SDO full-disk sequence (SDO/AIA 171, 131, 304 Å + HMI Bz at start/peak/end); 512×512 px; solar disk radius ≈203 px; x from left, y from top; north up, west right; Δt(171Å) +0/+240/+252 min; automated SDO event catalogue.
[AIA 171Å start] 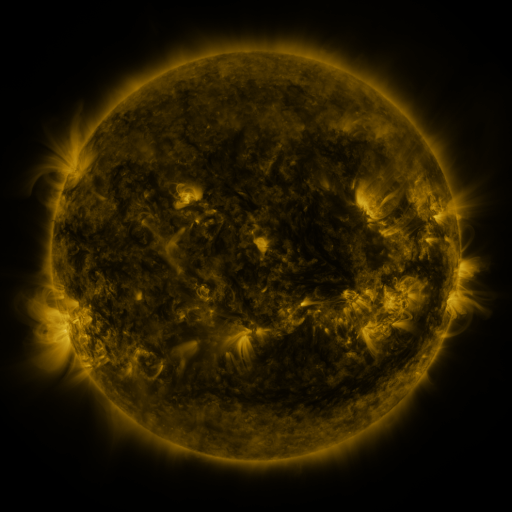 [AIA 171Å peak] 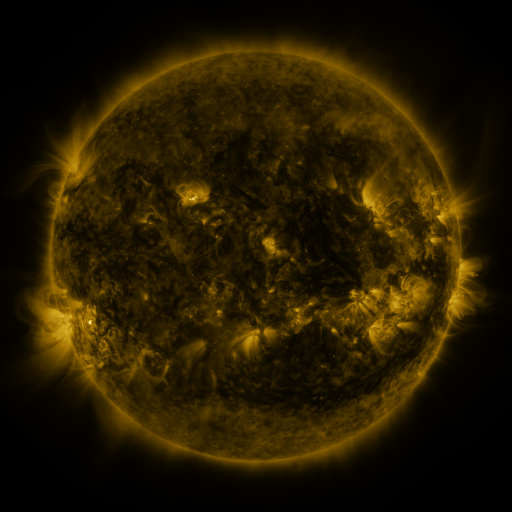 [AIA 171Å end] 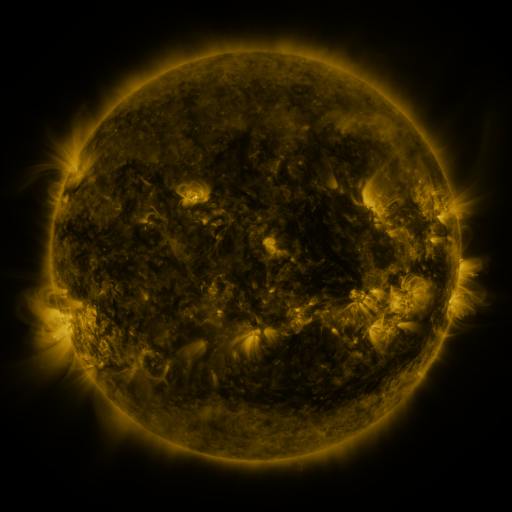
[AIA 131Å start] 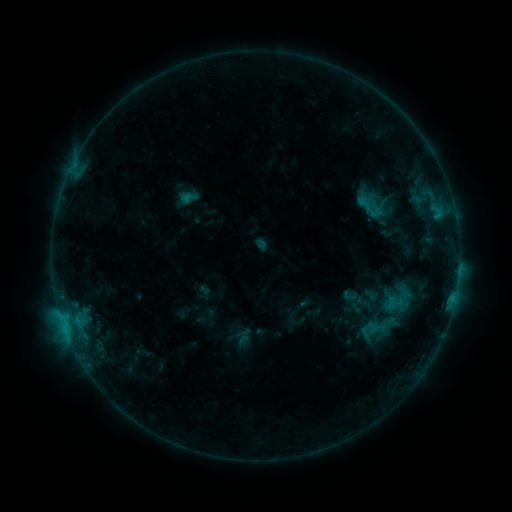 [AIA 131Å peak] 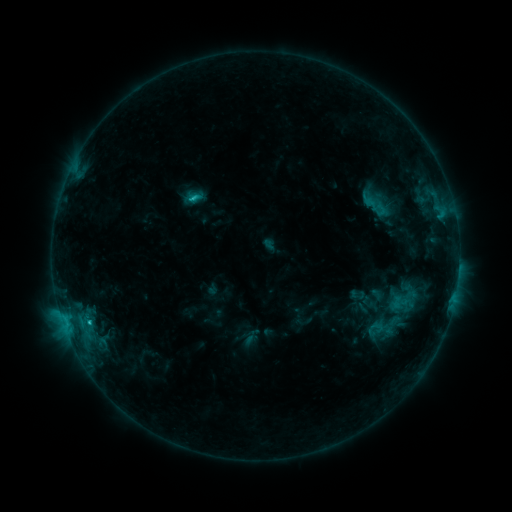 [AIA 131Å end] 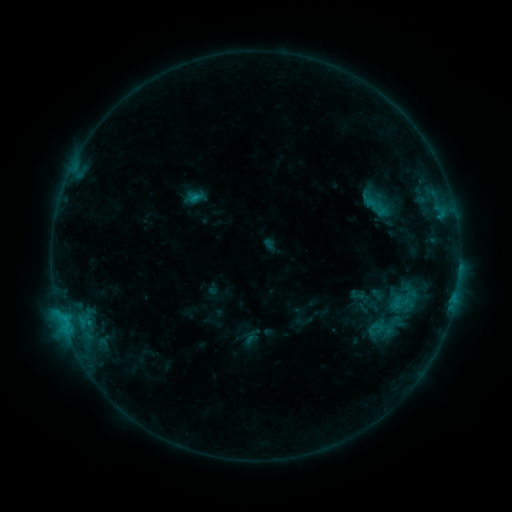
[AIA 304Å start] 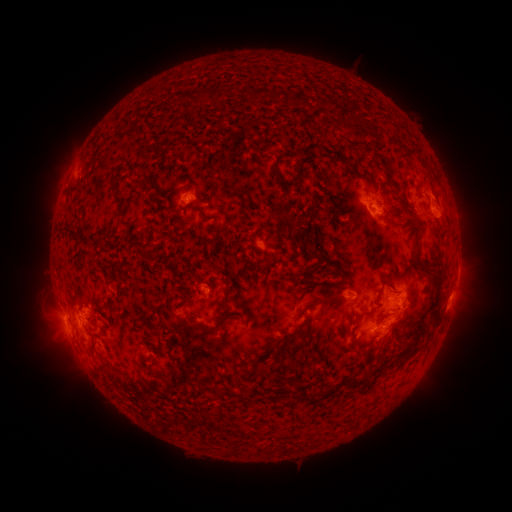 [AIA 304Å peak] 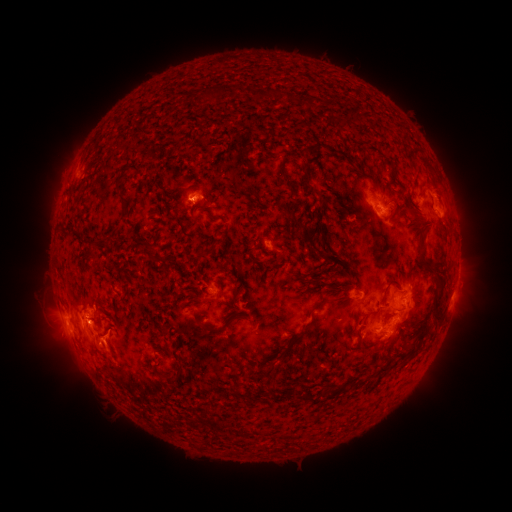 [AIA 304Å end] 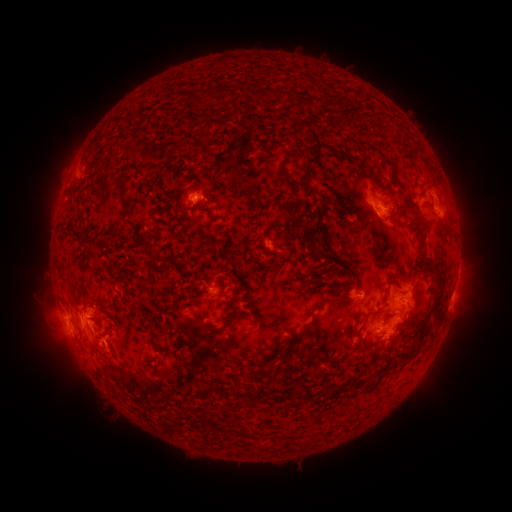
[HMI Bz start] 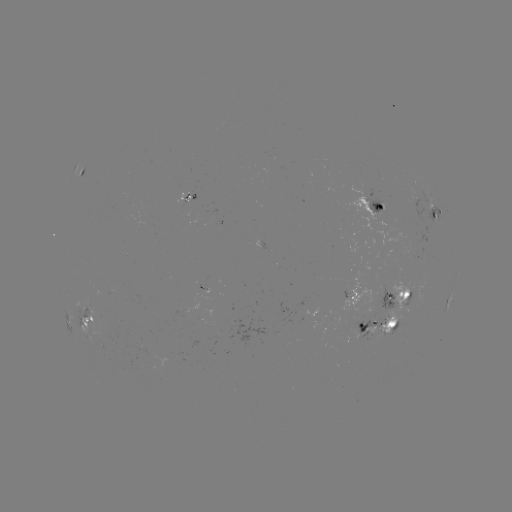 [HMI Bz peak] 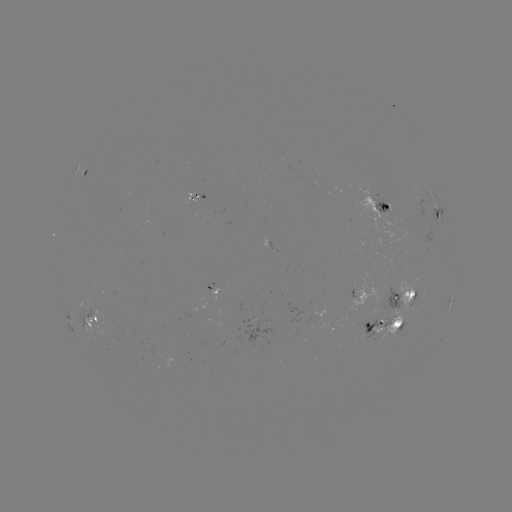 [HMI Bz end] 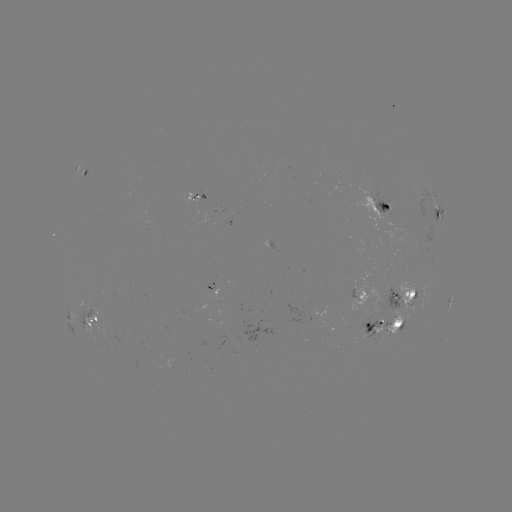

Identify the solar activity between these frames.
emerging-flux region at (210, 291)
